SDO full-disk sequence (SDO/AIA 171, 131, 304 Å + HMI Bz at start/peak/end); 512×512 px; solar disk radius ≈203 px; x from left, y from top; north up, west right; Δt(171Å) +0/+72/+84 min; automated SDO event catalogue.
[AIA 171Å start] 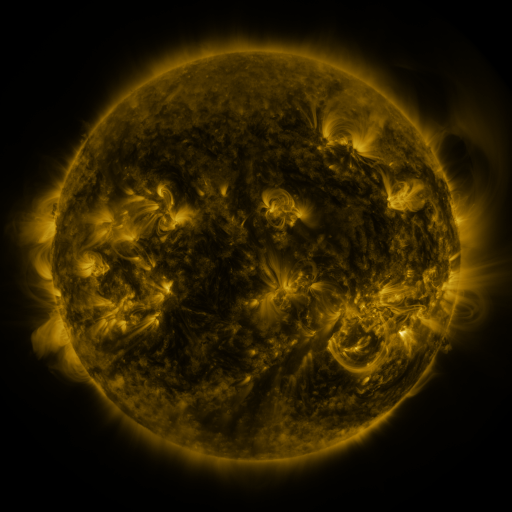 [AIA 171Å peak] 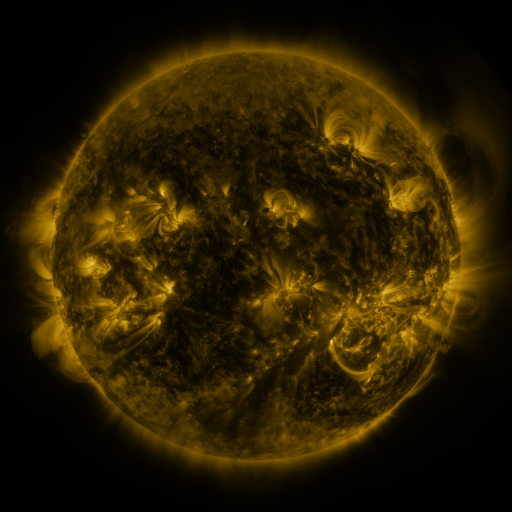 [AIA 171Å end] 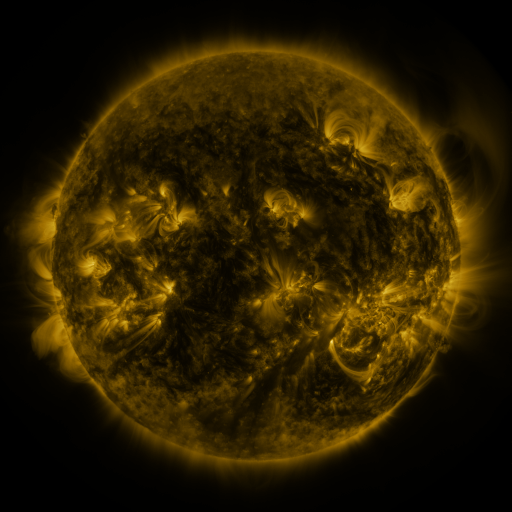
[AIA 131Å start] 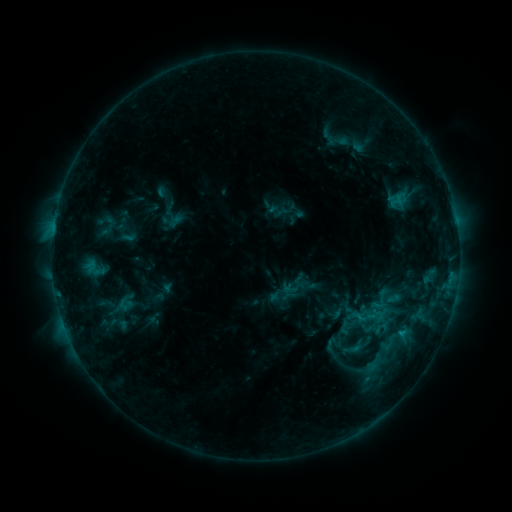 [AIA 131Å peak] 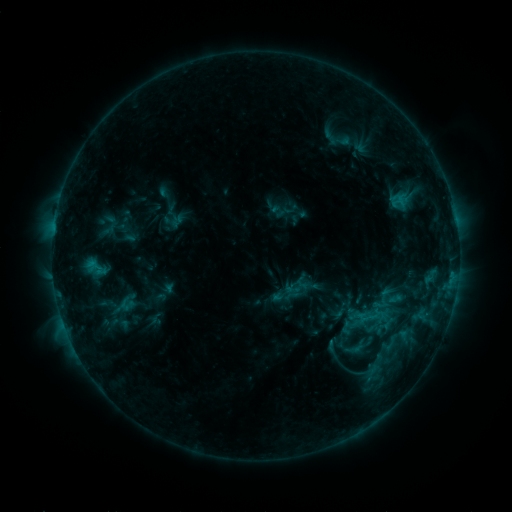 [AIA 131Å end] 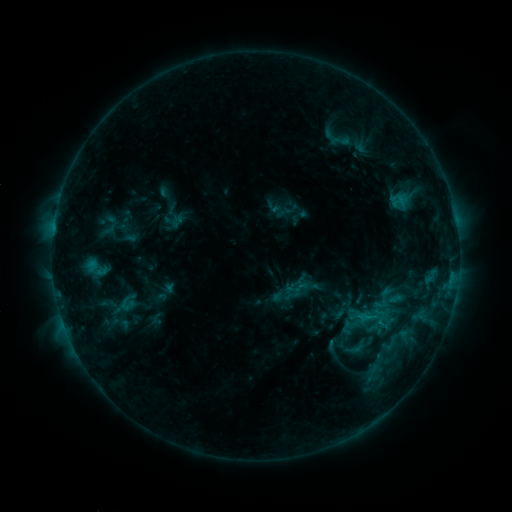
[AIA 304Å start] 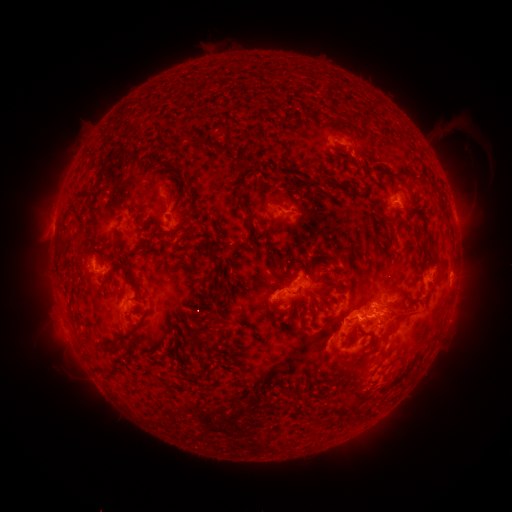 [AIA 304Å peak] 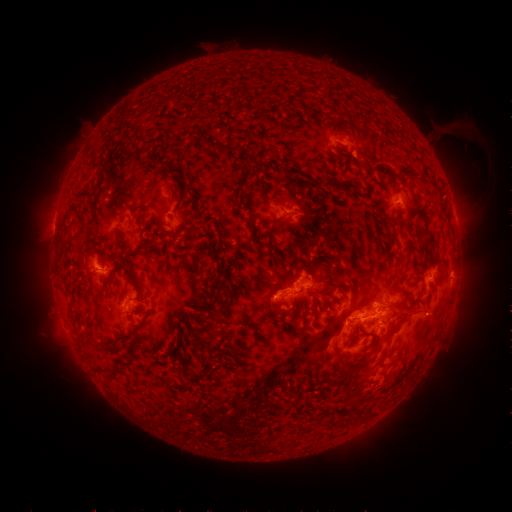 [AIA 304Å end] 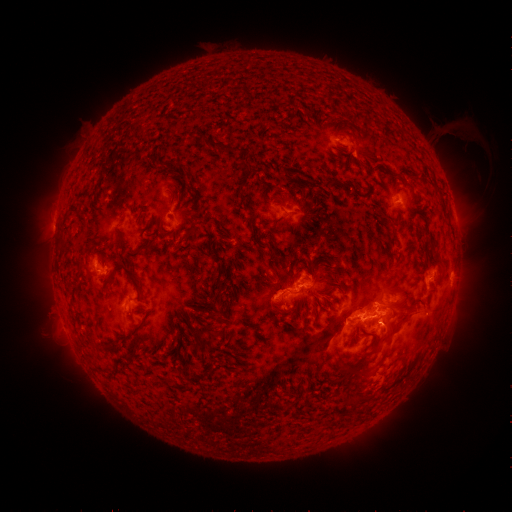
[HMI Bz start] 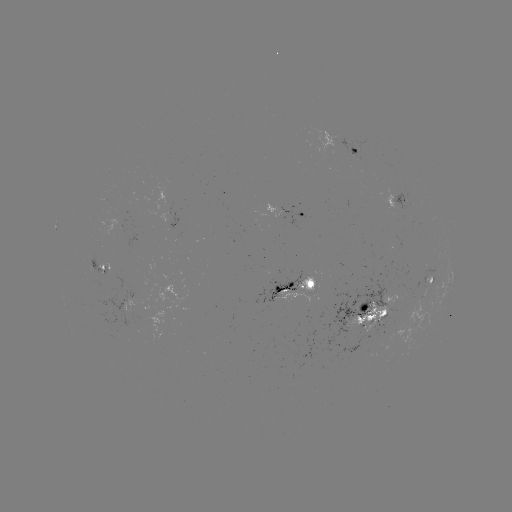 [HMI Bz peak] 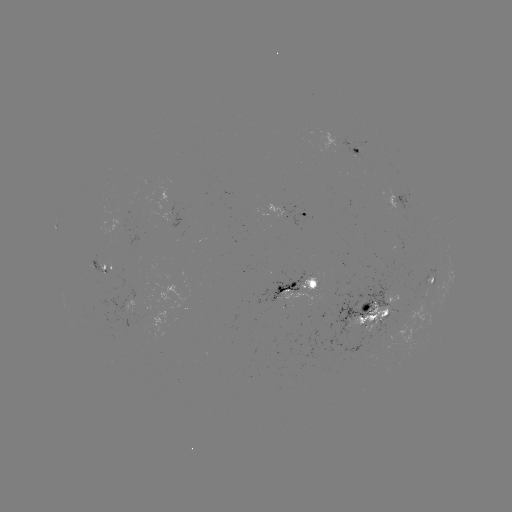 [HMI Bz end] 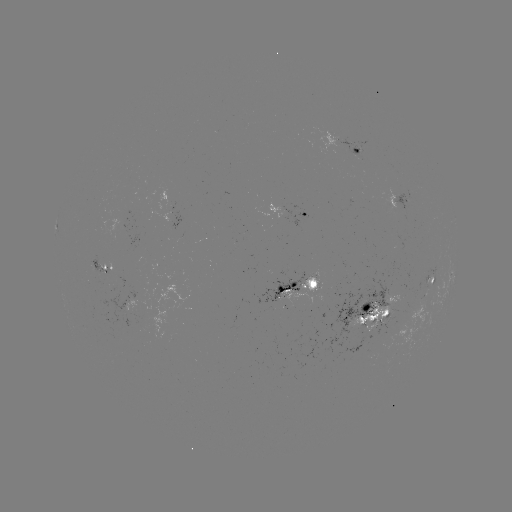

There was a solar emerging-flux region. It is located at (385, 312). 